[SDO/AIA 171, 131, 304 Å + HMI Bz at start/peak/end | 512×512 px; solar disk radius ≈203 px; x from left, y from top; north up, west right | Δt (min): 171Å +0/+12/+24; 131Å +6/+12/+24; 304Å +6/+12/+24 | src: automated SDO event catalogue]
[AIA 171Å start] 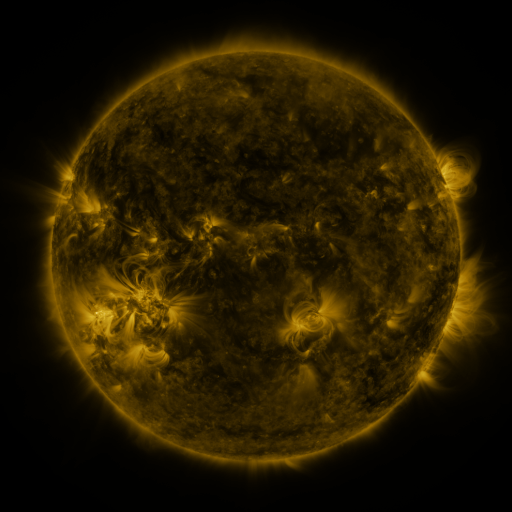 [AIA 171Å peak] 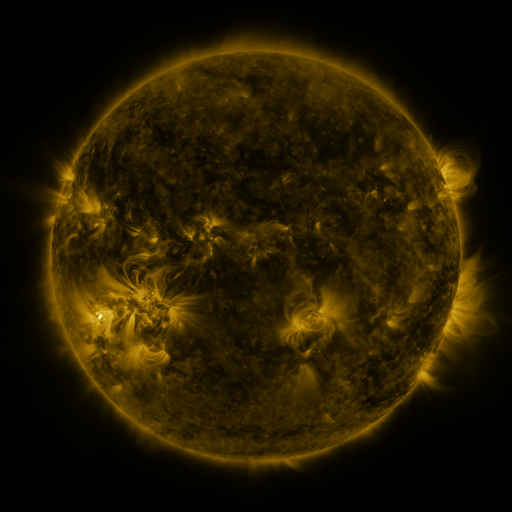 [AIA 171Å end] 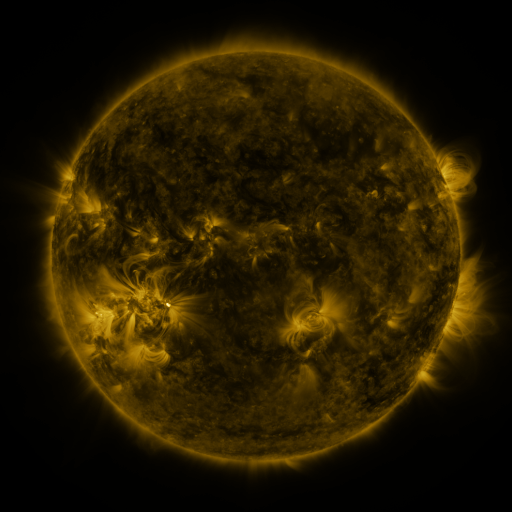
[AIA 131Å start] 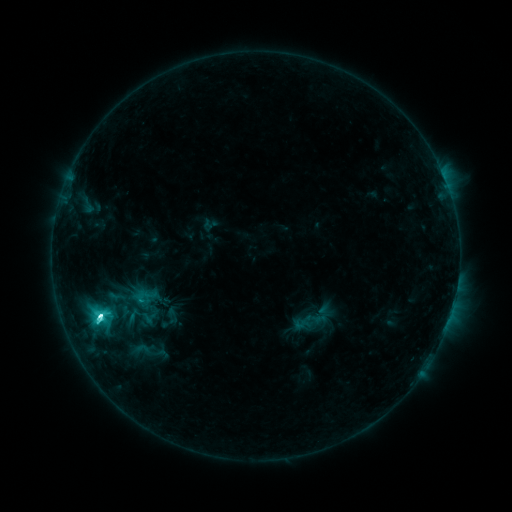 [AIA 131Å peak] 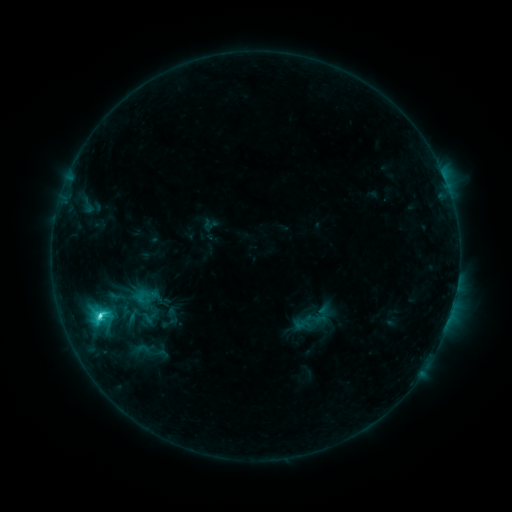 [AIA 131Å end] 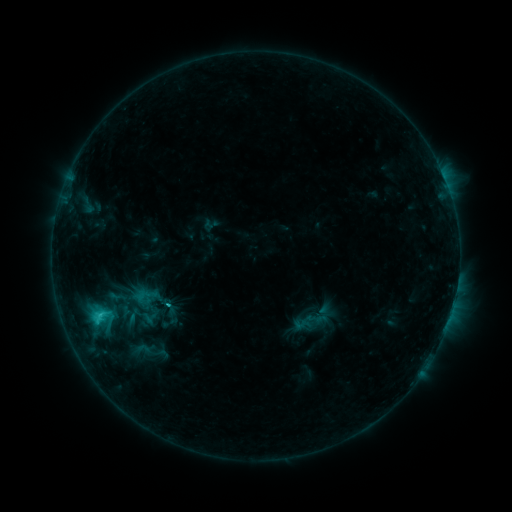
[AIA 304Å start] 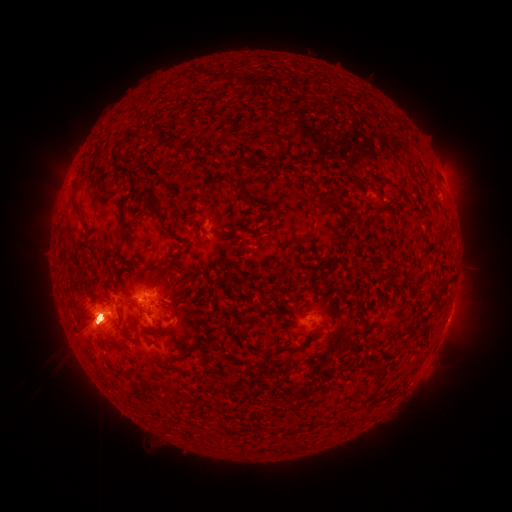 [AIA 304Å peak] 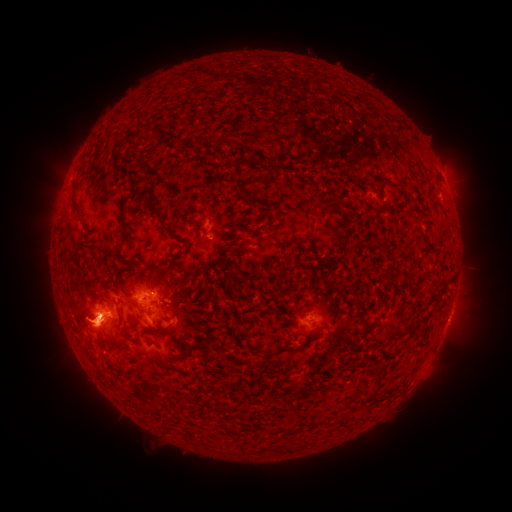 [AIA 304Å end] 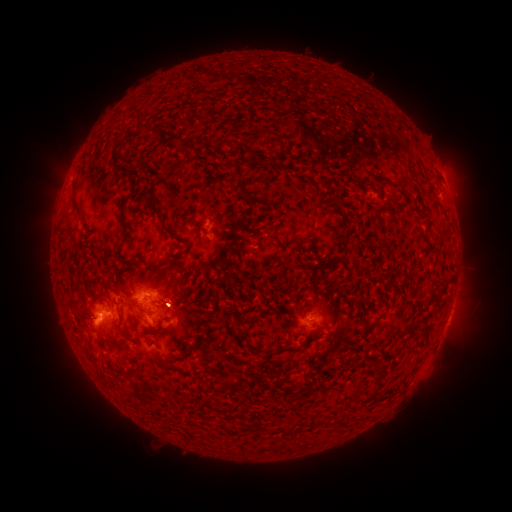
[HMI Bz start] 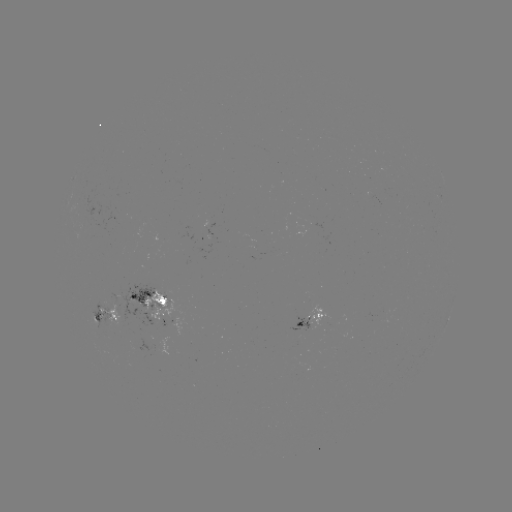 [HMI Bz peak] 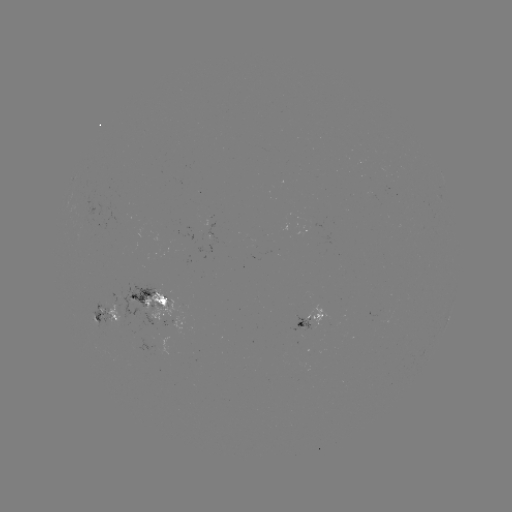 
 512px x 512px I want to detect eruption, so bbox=[0, 156, 205, 432].